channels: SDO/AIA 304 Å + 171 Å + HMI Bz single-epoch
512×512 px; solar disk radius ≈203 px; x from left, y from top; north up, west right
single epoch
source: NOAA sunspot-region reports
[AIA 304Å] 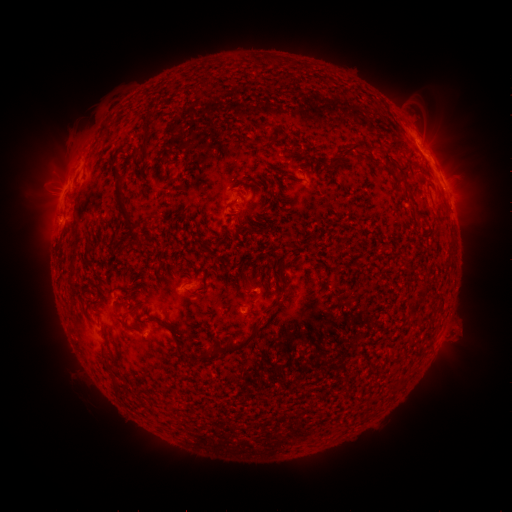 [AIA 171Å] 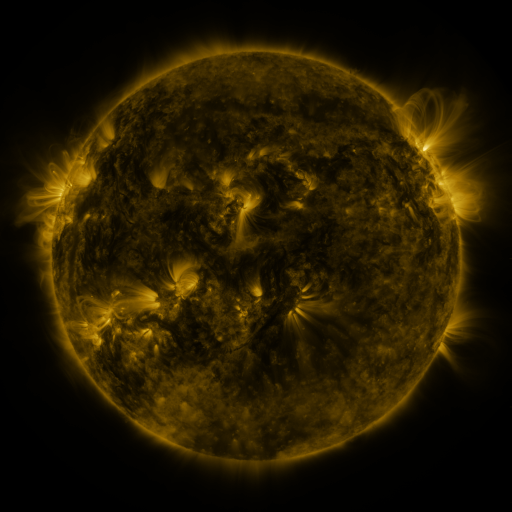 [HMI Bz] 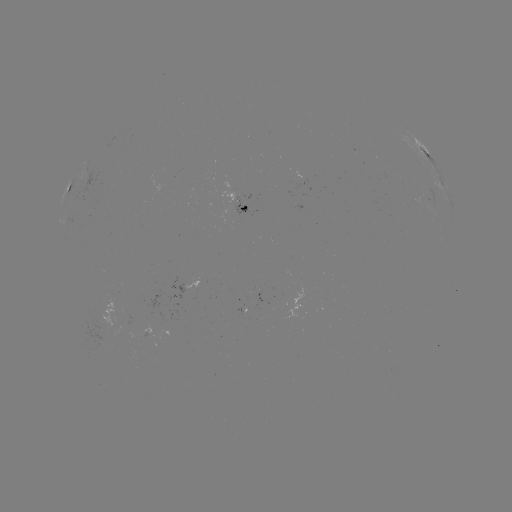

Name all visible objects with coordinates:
spotted active region: (425, 152)
spotted active region: (77, 192)
spotted active region: (427, 200)
spotted active region: (245, 208)
